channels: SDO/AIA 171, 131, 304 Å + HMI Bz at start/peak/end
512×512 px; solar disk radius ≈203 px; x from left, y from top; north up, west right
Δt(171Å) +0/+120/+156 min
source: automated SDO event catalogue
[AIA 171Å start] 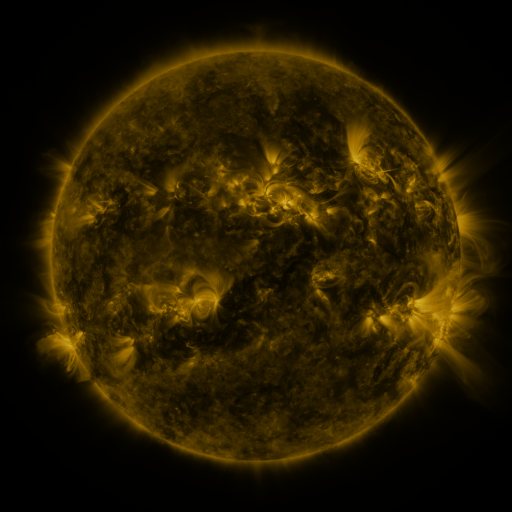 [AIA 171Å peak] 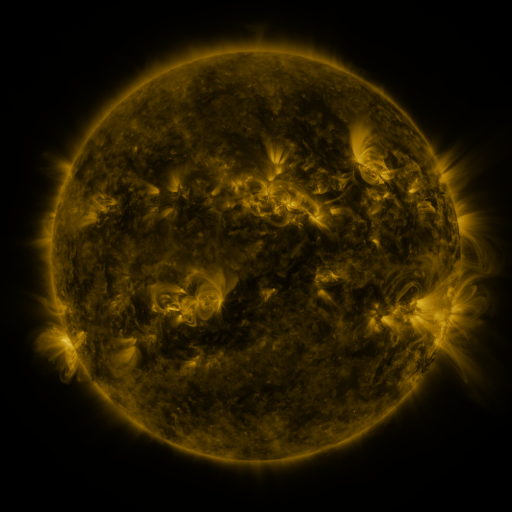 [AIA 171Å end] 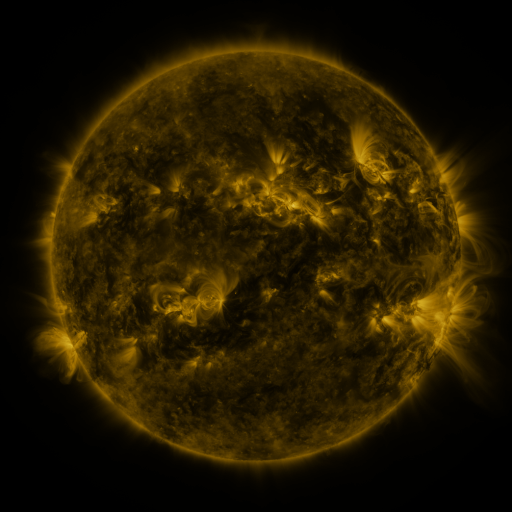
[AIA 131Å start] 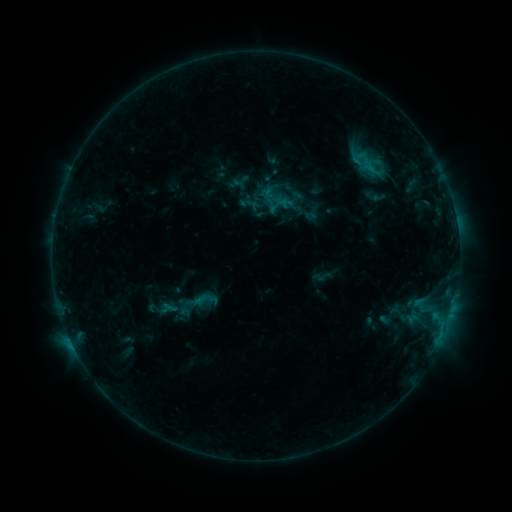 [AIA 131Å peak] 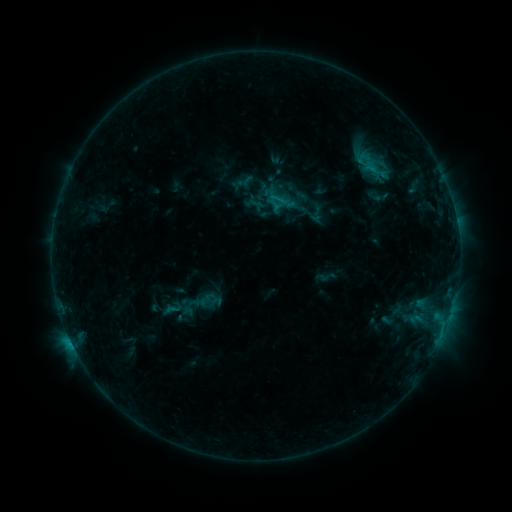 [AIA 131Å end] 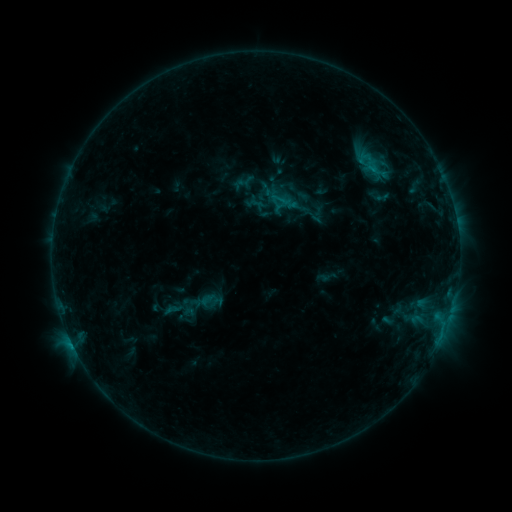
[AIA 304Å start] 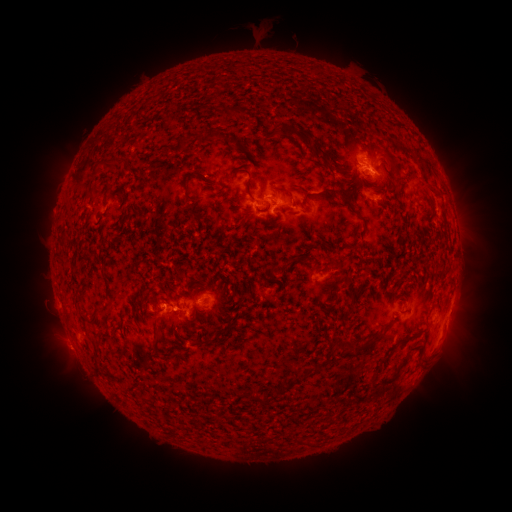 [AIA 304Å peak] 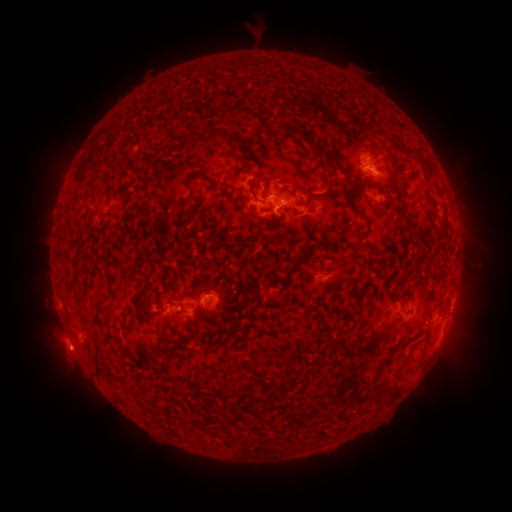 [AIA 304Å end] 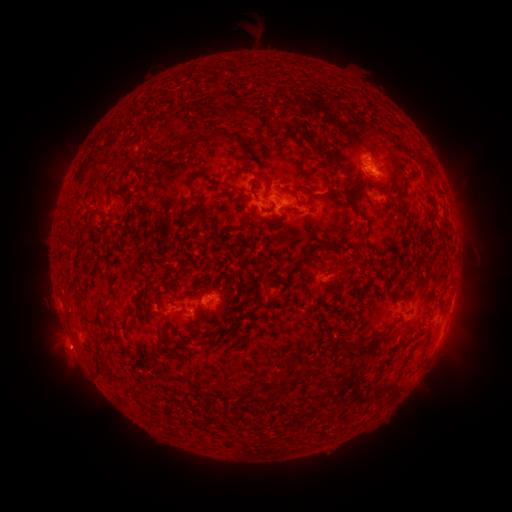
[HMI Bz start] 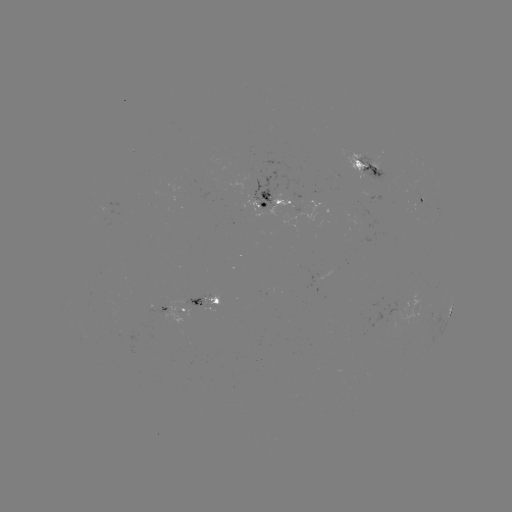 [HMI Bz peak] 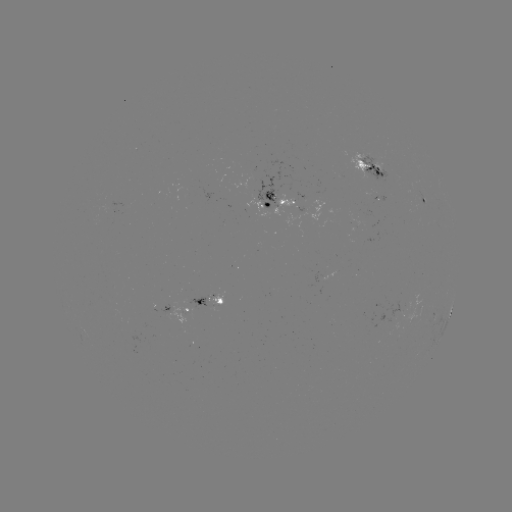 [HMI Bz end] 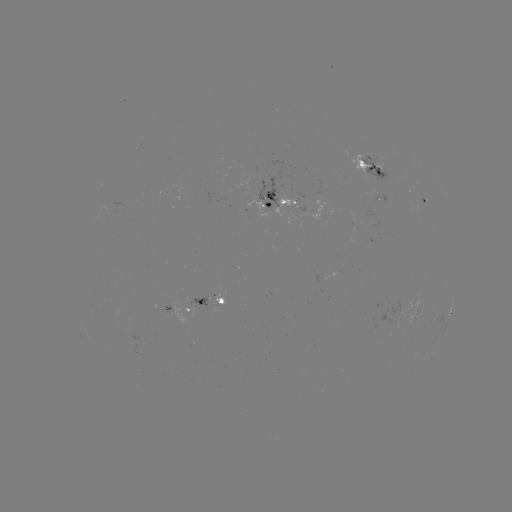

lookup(emerging-flux region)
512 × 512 (378, 195)